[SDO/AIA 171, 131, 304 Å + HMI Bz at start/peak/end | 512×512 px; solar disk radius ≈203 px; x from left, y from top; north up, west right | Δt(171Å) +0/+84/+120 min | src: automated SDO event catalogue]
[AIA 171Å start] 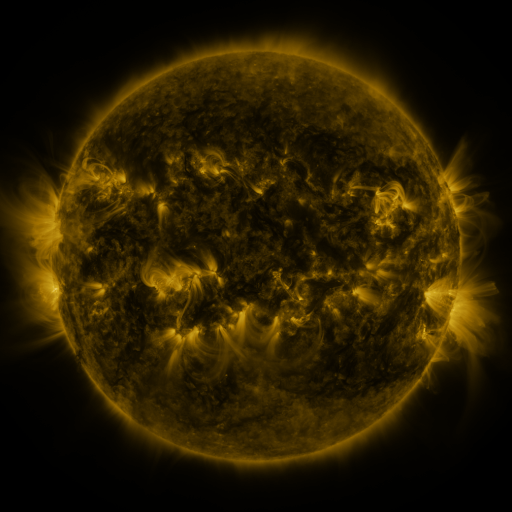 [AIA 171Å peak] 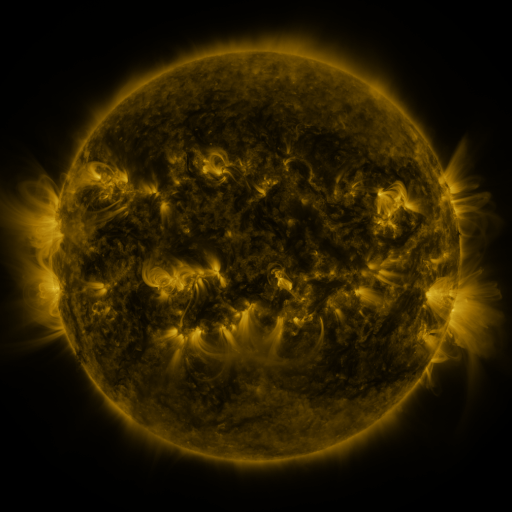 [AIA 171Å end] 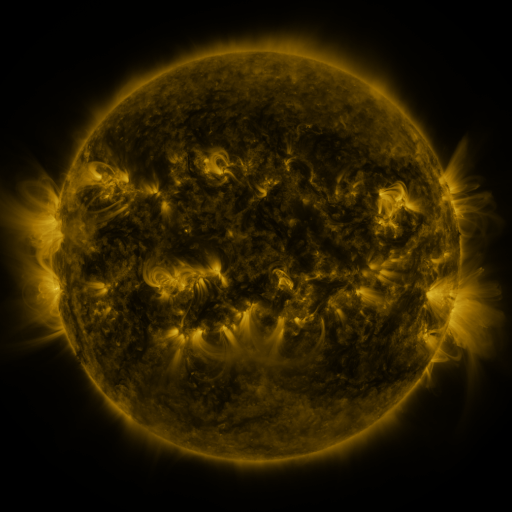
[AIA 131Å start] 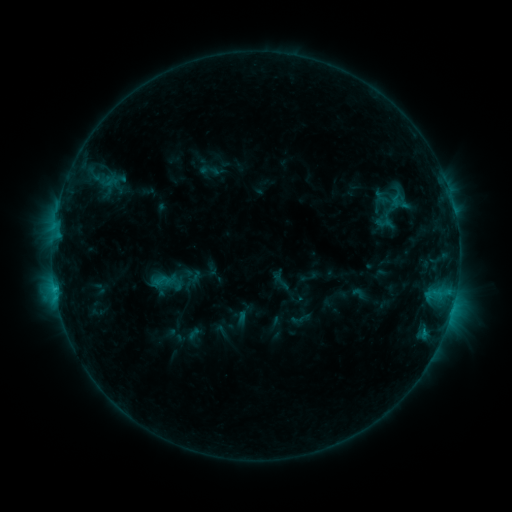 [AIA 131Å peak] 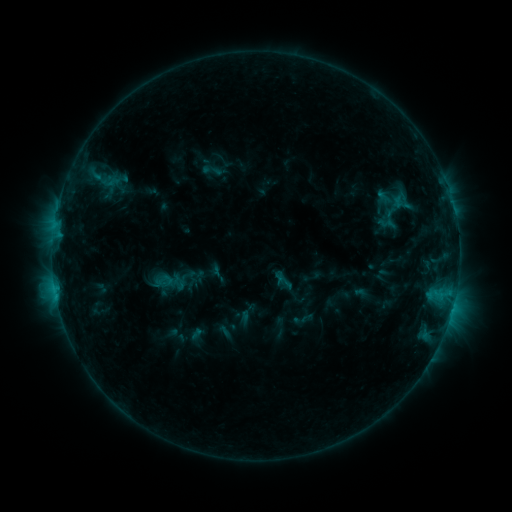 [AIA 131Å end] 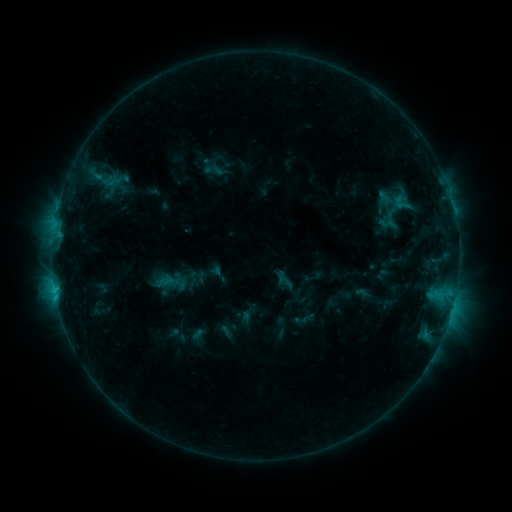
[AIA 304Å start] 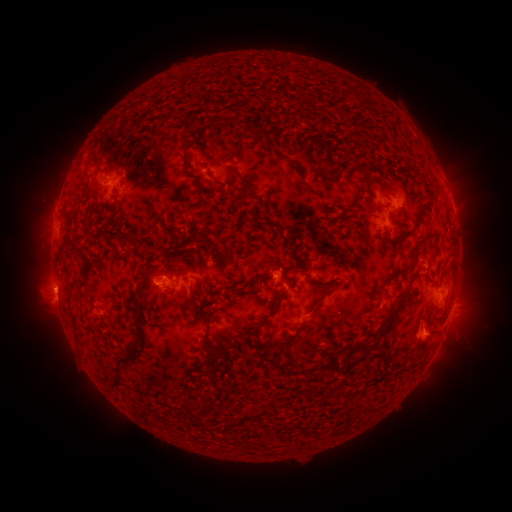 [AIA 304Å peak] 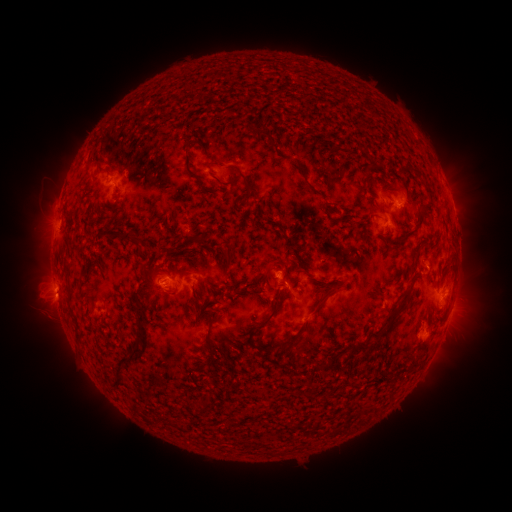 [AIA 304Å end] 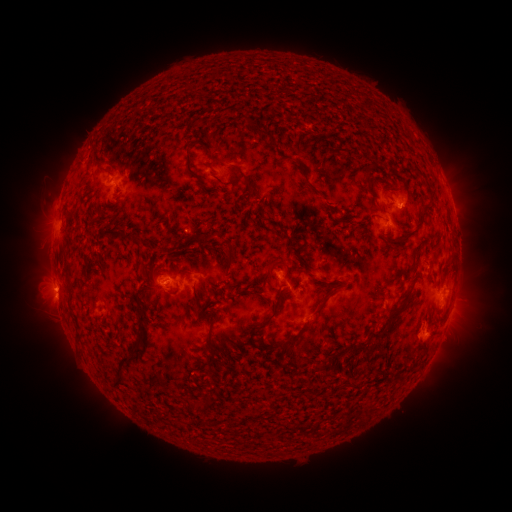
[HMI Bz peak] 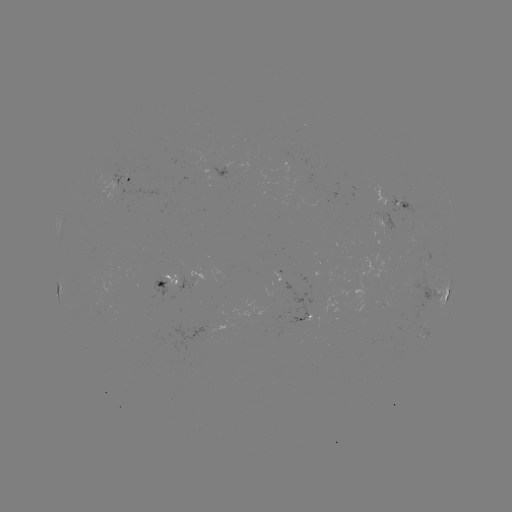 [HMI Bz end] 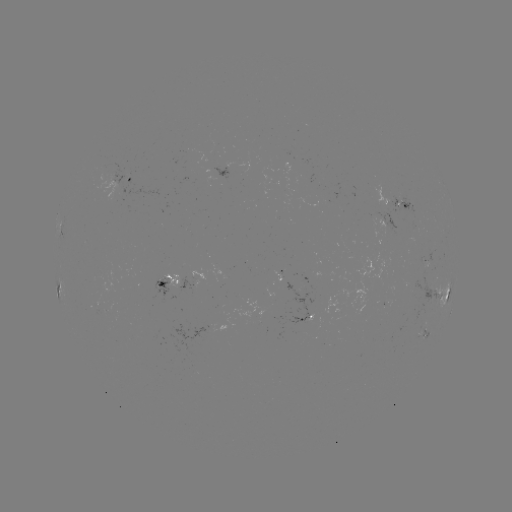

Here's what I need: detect emerging-flux region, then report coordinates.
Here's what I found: emerging-flux region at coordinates [200, 330].